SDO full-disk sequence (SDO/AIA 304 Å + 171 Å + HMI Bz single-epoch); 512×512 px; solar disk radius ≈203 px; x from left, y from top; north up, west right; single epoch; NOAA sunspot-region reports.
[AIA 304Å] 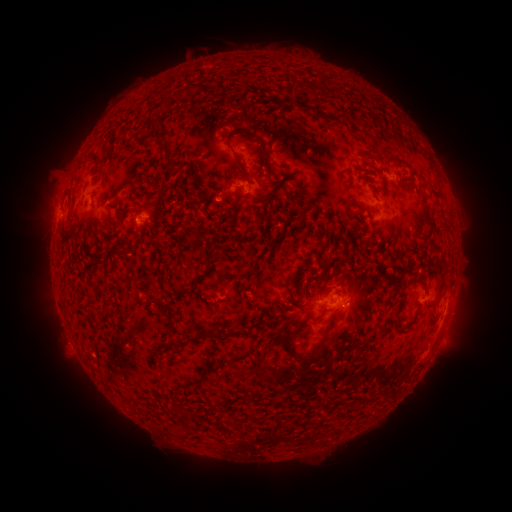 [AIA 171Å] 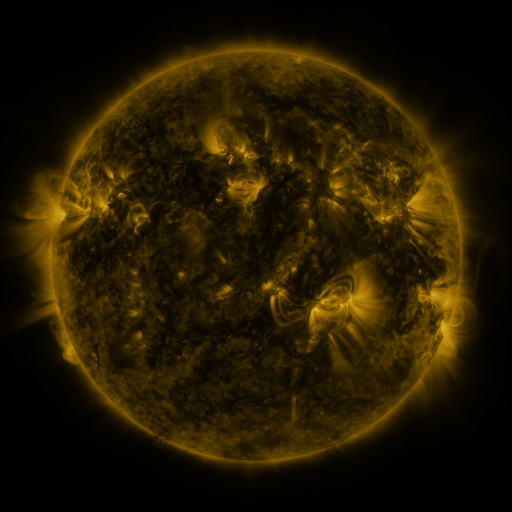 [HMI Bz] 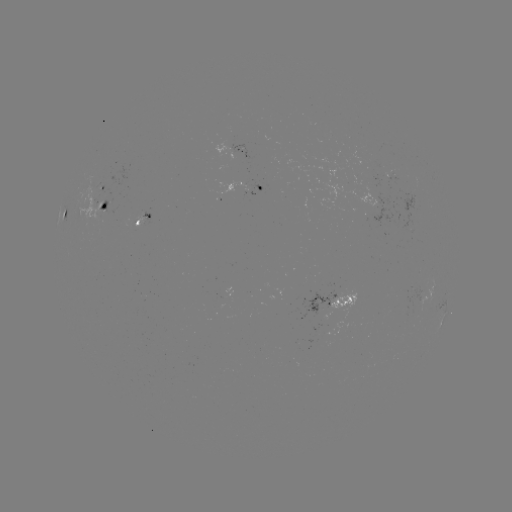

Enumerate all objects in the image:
spotted active region: (243, 150)
spotted active region: (395, 176)
spotted active region: (252, 185)
spotted active region: (96, 189)
spotted active region: (104, 207)
spotted active region: (67, 215)
spotted active region: (142, 217)
spotted active region: (334, 299)
